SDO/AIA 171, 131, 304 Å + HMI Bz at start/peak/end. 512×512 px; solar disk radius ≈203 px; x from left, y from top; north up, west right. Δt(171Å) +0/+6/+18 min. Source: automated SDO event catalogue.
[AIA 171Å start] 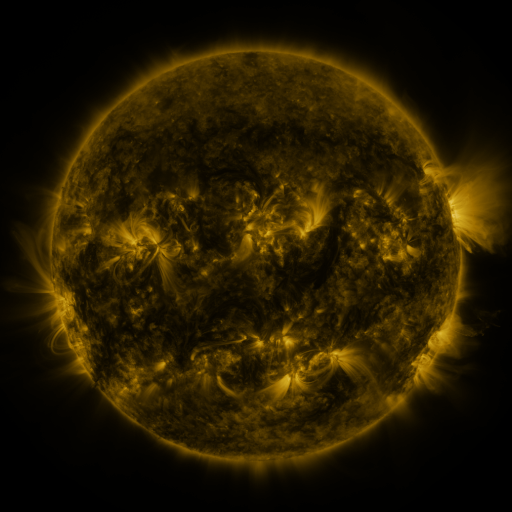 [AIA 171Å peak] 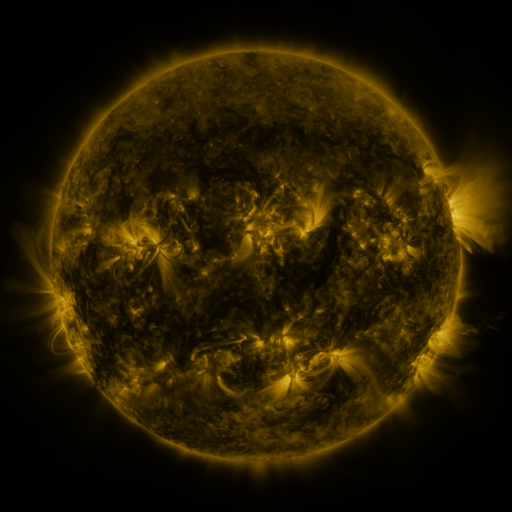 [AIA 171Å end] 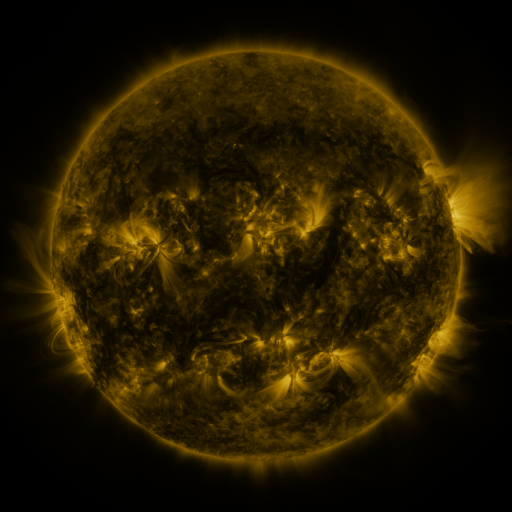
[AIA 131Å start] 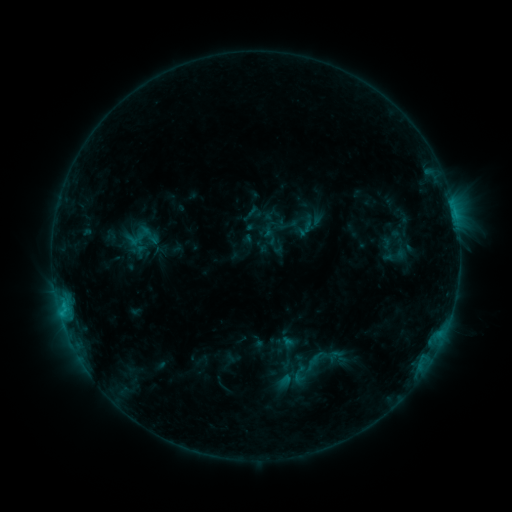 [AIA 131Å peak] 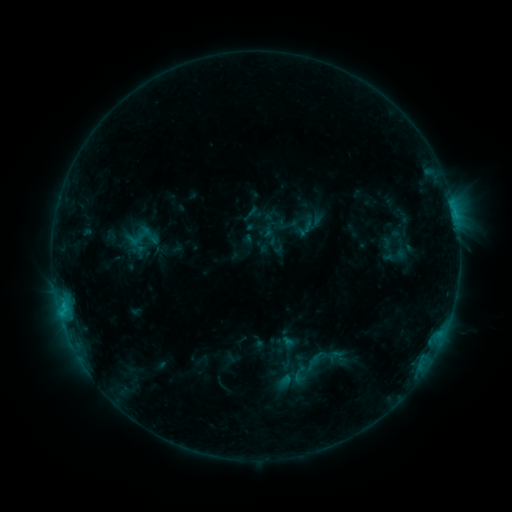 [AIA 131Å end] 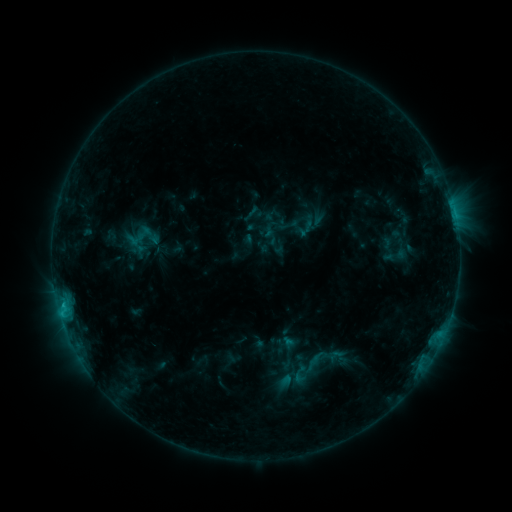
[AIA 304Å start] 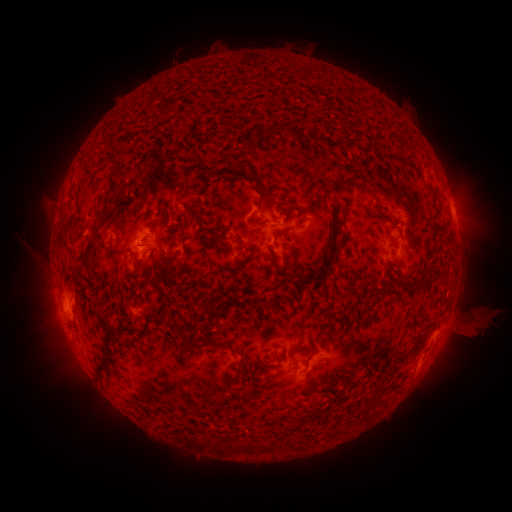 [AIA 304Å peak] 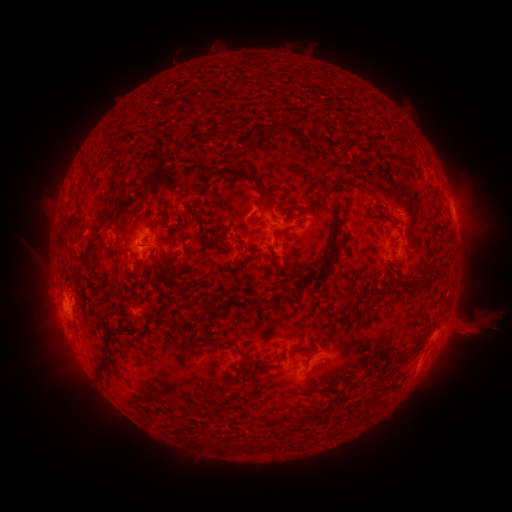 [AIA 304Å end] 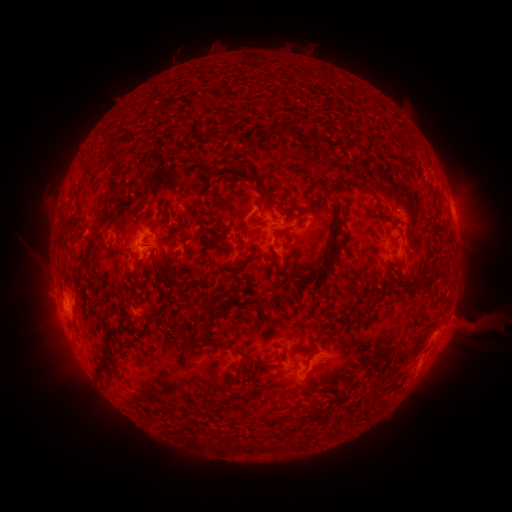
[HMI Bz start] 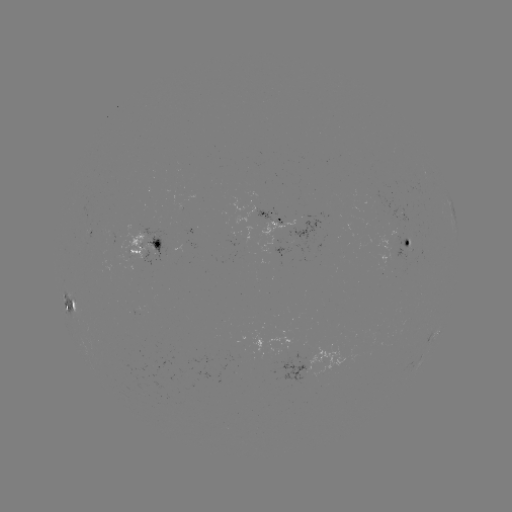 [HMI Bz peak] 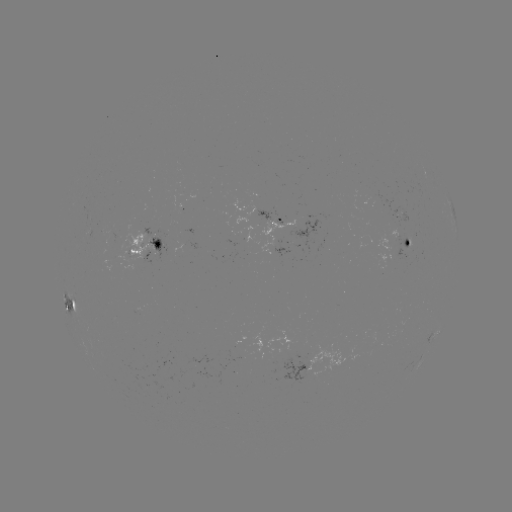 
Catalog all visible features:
eruption: (470, 327)
